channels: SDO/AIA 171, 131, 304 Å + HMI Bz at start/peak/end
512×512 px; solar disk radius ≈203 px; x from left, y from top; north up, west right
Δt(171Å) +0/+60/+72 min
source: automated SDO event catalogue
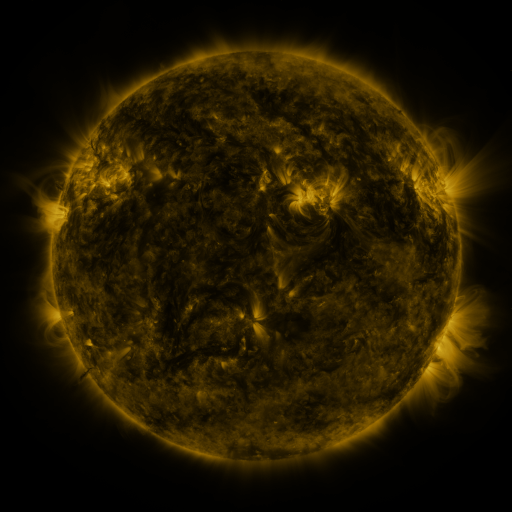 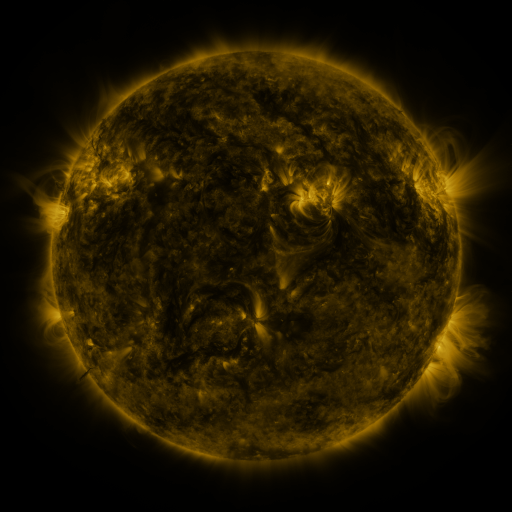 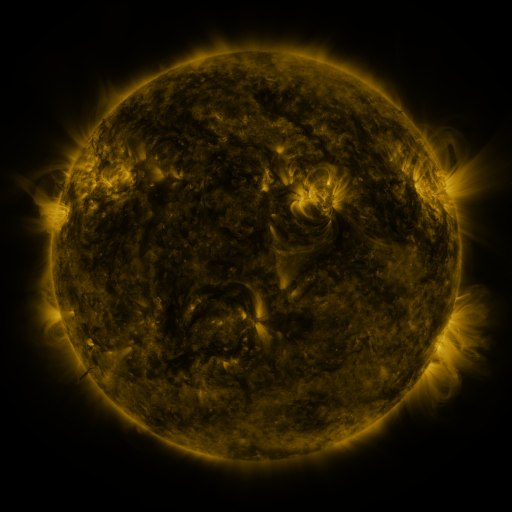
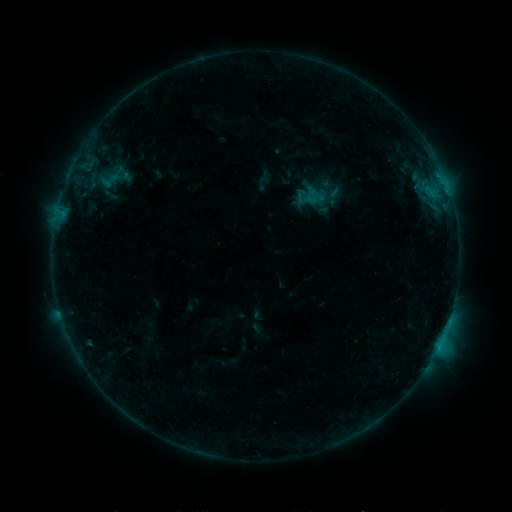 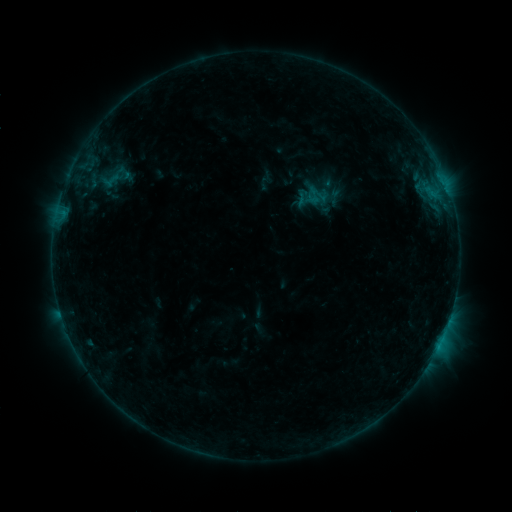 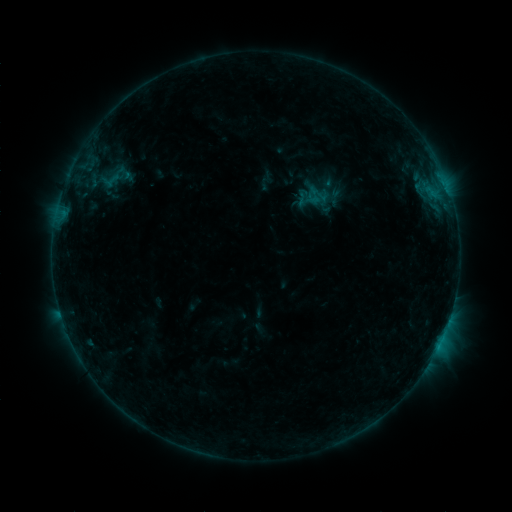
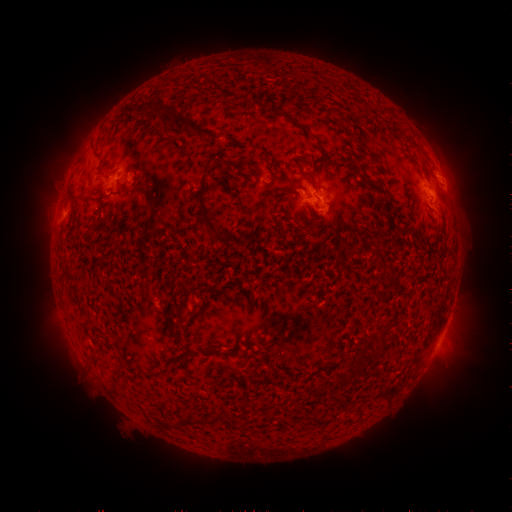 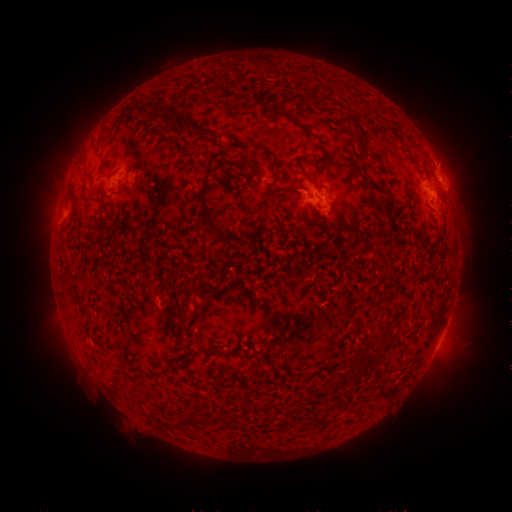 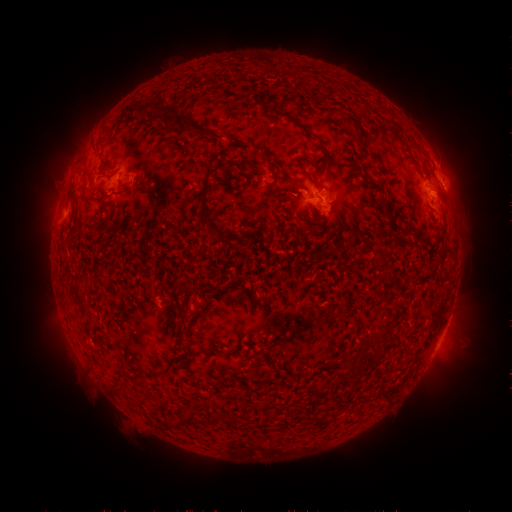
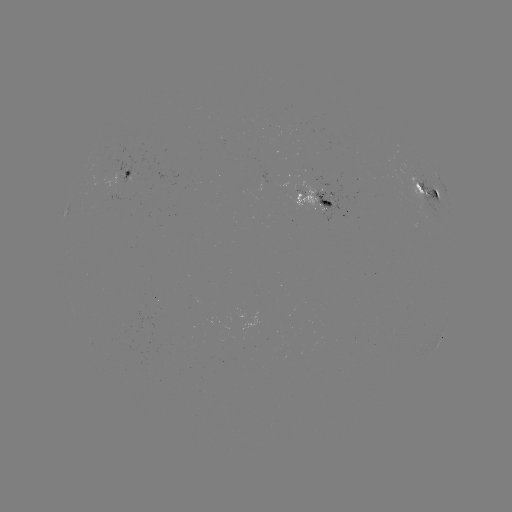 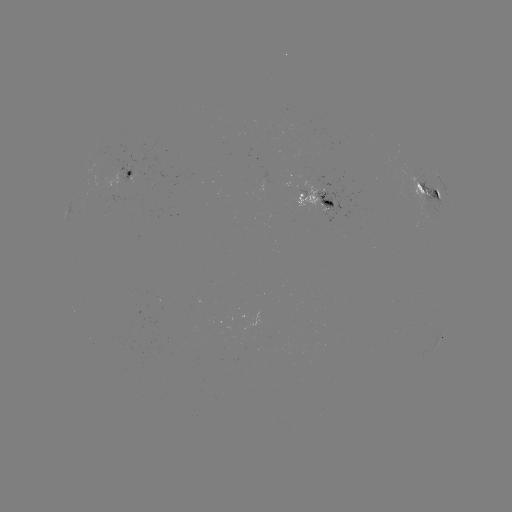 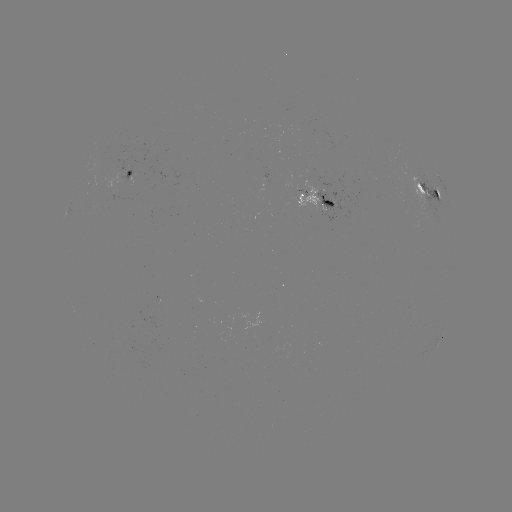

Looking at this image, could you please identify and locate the emerging-flux region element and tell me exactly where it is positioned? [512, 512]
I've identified emerging-flux region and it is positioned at [101, 191].